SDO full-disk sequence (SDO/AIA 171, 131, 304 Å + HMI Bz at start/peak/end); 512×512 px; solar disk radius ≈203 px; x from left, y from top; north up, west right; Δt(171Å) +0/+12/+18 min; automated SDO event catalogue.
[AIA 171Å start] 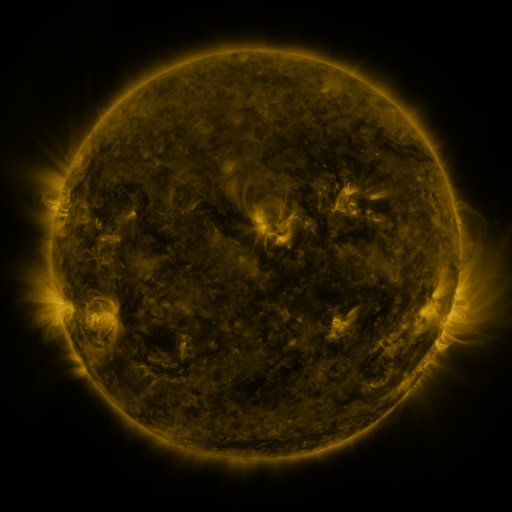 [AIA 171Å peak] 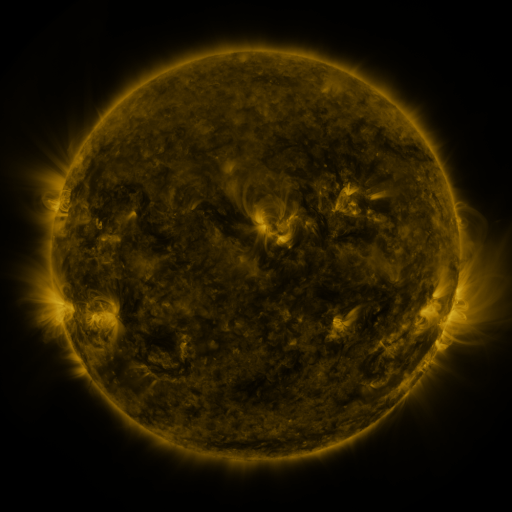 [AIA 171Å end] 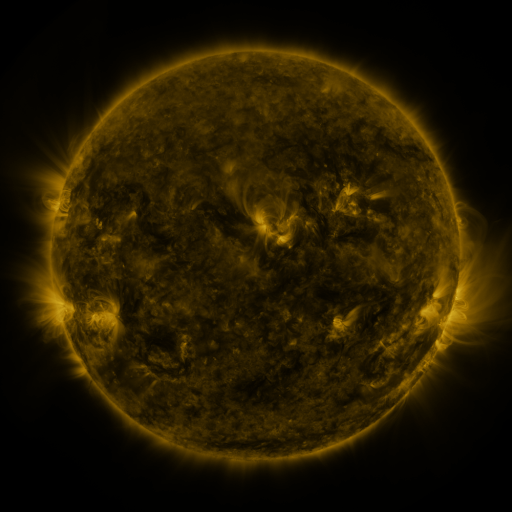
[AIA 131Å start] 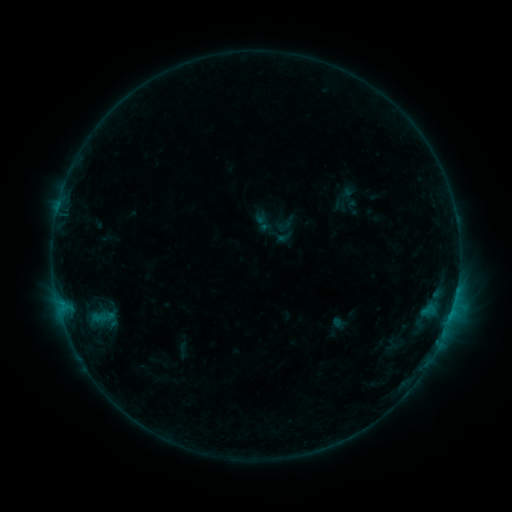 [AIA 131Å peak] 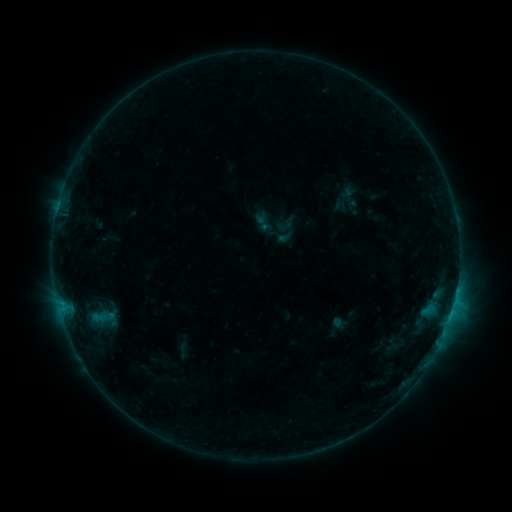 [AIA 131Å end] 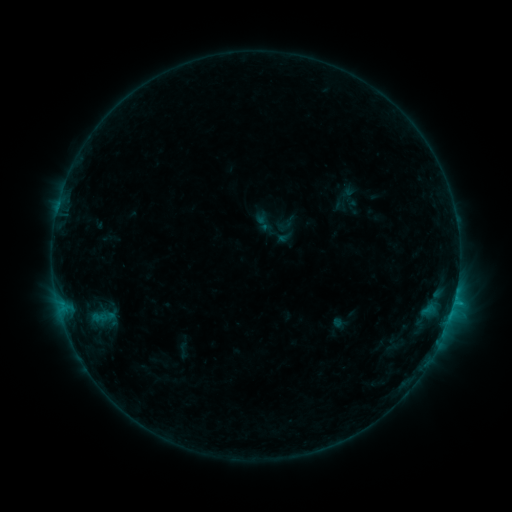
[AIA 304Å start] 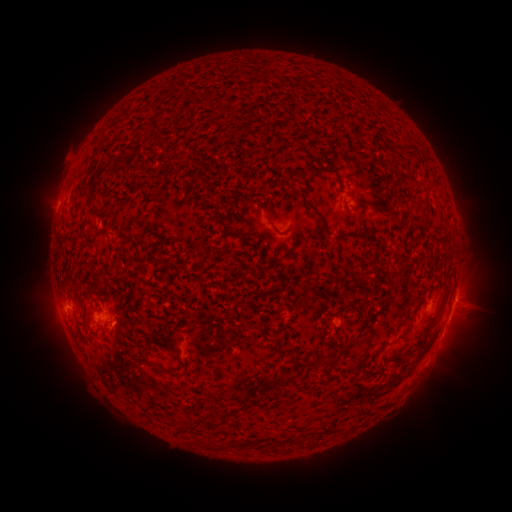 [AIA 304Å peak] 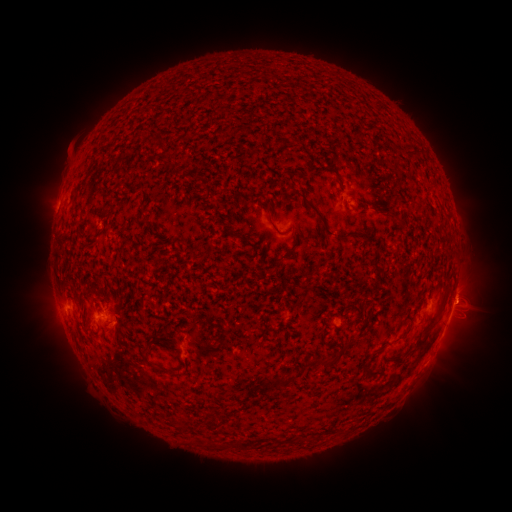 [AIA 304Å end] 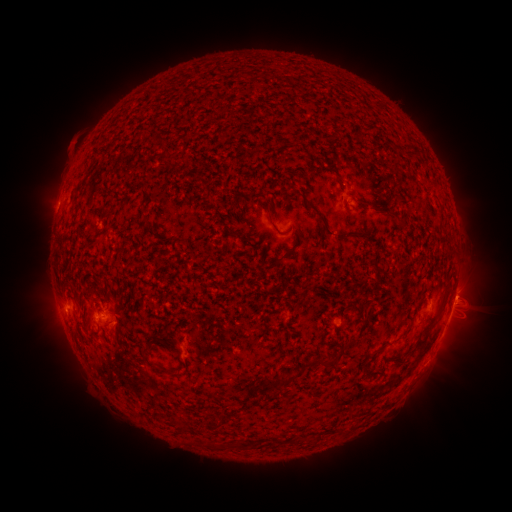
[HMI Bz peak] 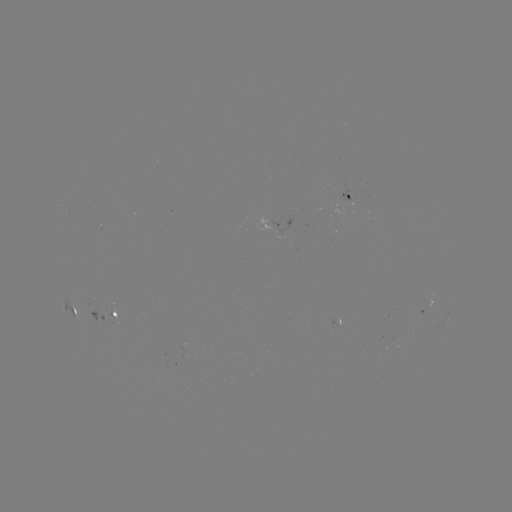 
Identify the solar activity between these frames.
eruption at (467, 291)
